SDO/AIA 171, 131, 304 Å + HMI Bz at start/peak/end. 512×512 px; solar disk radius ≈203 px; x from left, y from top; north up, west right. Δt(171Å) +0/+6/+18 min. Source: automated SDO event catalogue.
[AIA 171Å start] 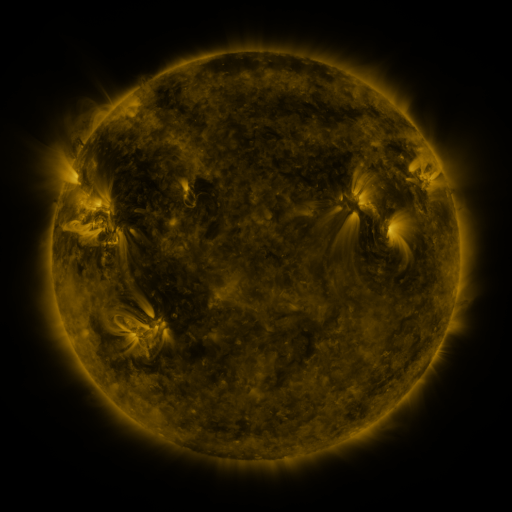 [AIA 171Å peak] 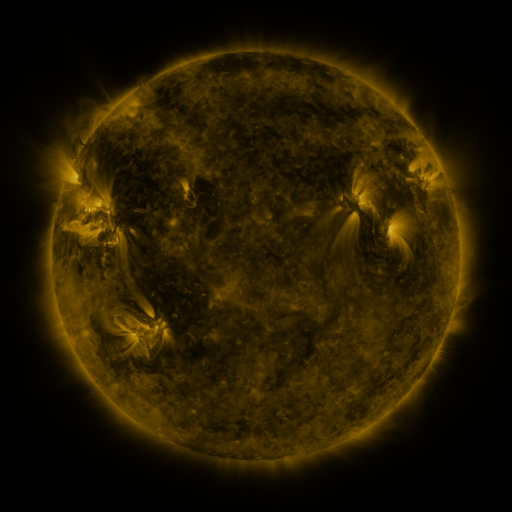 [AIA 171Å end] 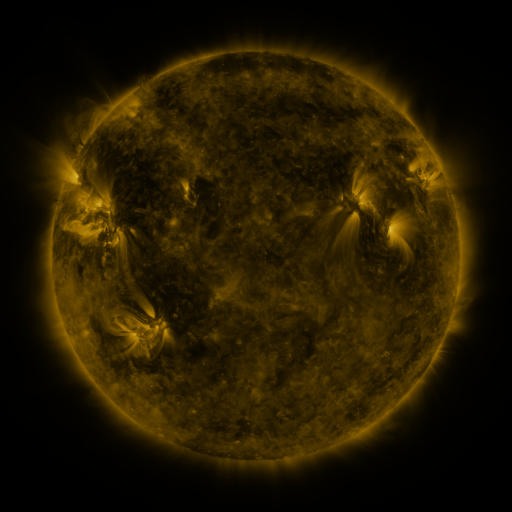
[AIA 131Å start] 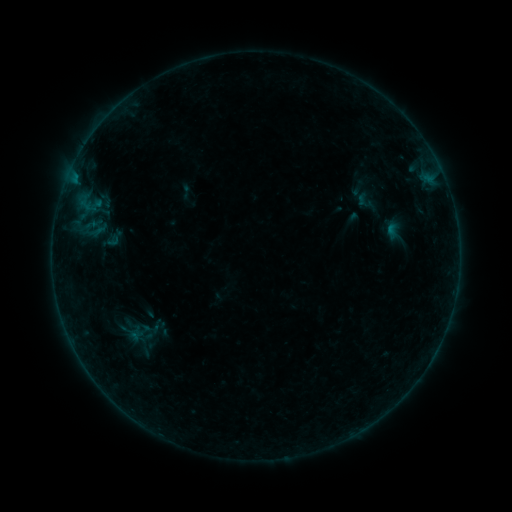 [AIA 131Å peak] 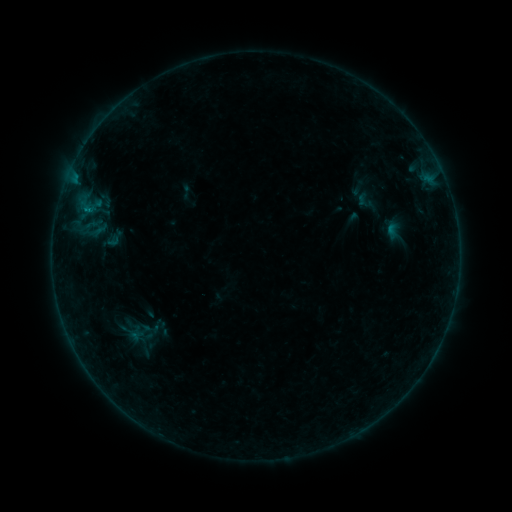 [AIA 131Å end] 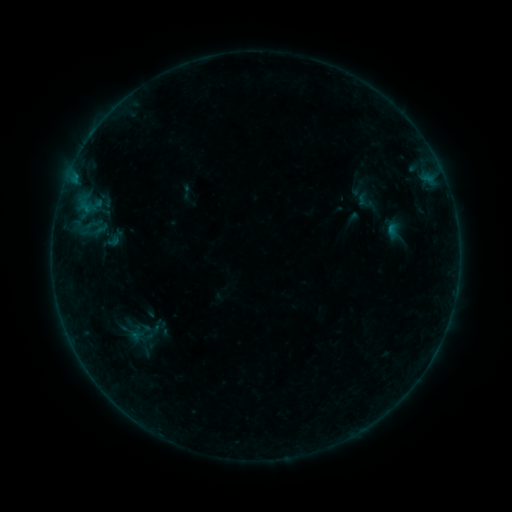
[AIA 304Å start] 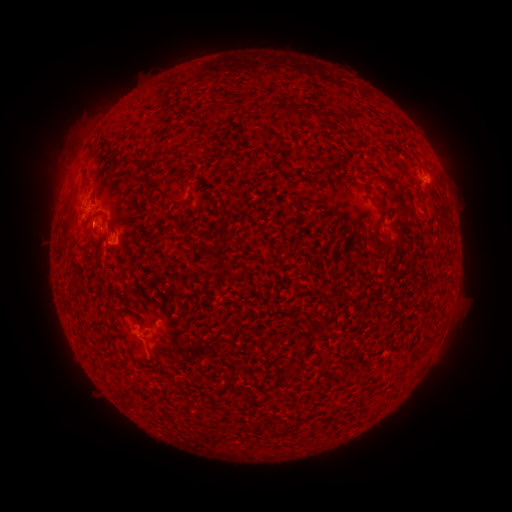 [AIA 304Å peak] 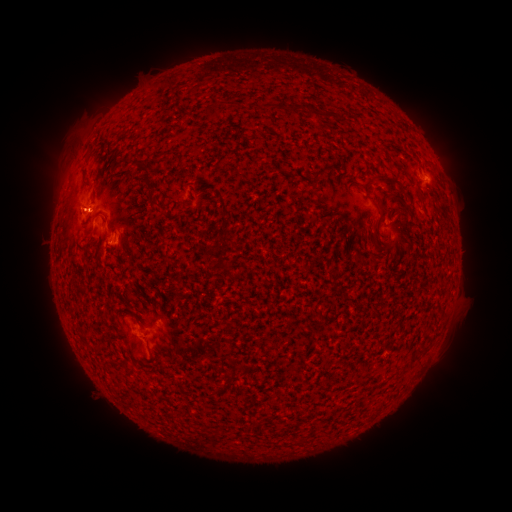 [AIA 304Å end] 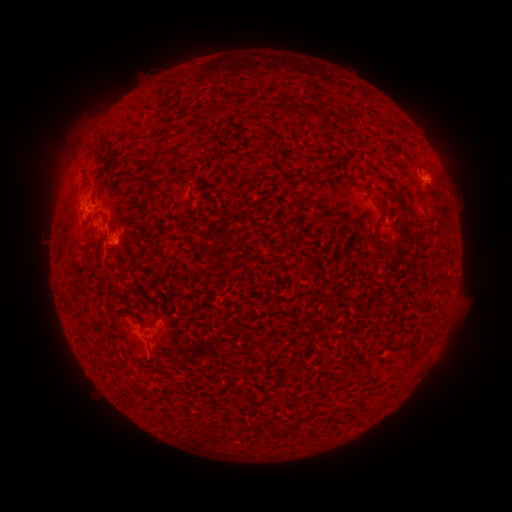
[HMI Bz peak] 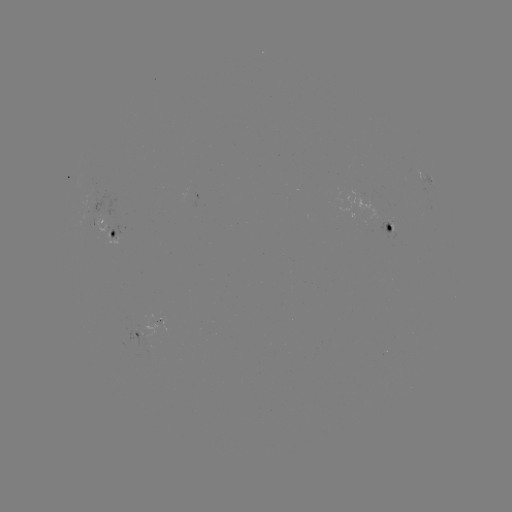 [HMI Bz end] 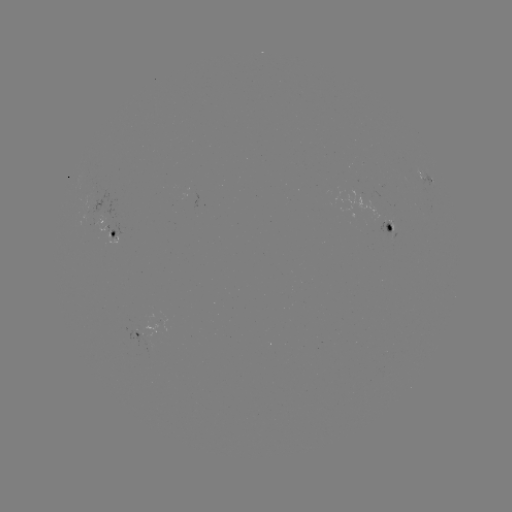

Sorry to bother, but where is B3.5 flare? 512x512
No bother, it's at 86,210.